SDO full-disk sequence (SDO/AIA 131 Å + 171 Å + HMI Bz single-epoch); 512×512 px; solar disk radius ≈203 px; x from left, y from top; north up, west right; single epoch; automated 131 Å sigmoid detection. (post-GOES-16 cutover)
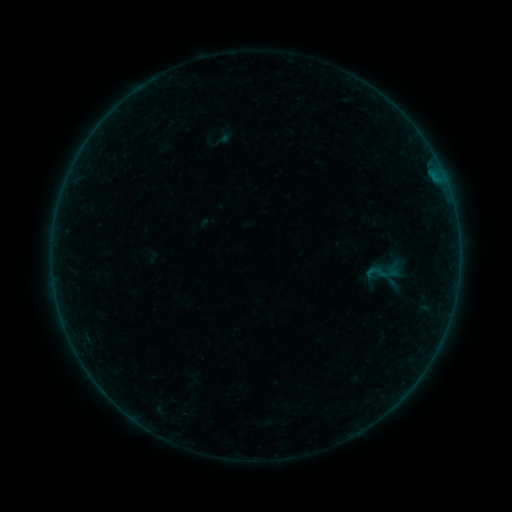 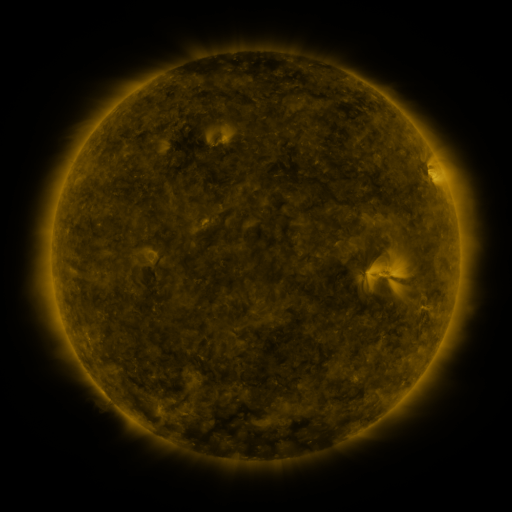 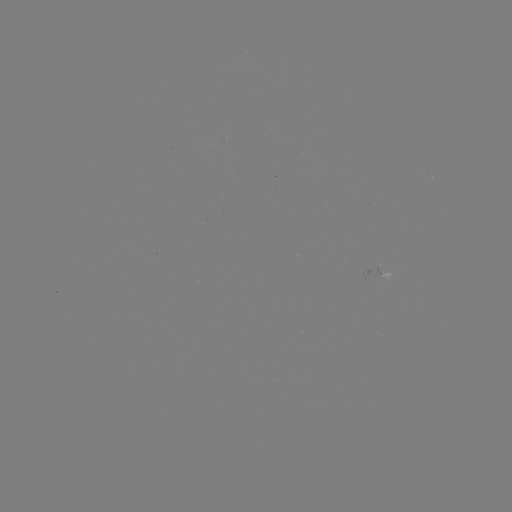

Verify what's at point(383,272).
sigmoid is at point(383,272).